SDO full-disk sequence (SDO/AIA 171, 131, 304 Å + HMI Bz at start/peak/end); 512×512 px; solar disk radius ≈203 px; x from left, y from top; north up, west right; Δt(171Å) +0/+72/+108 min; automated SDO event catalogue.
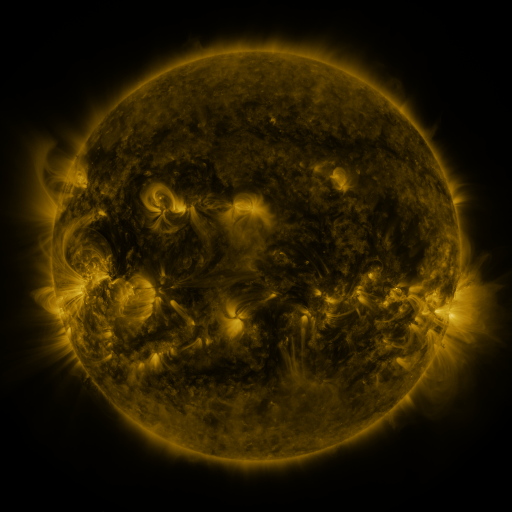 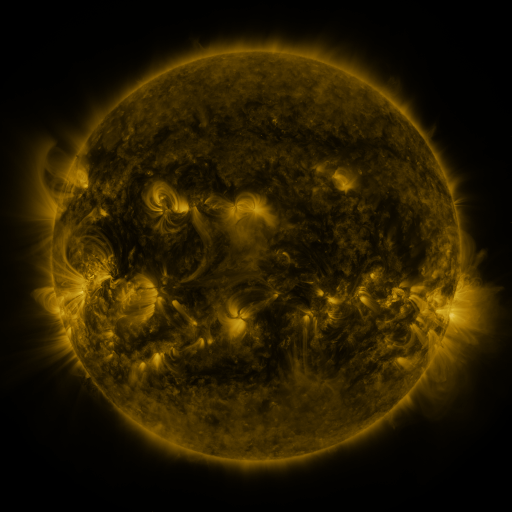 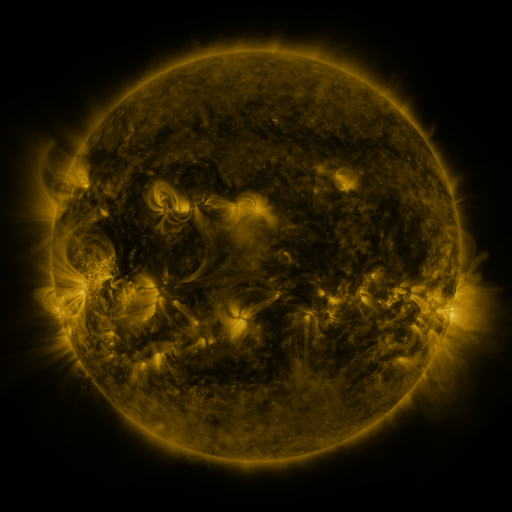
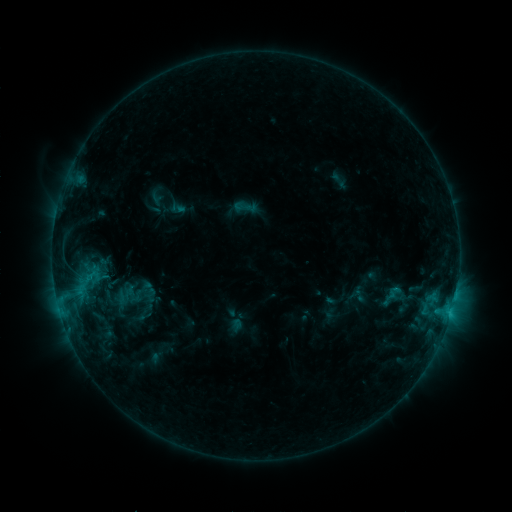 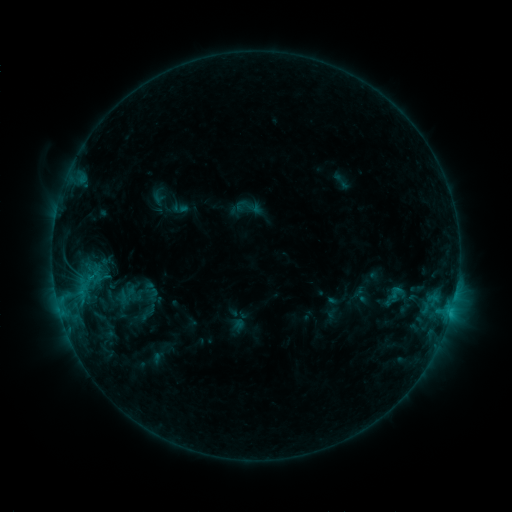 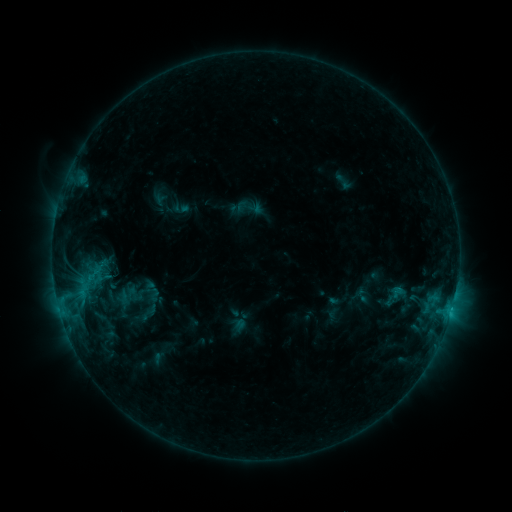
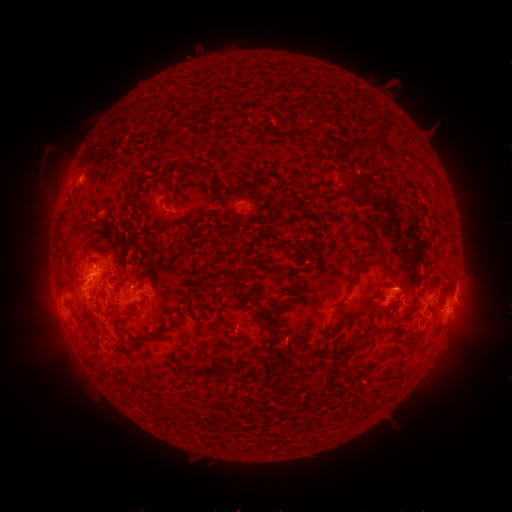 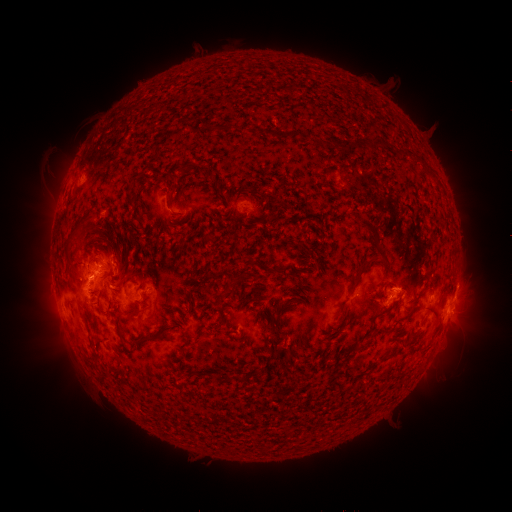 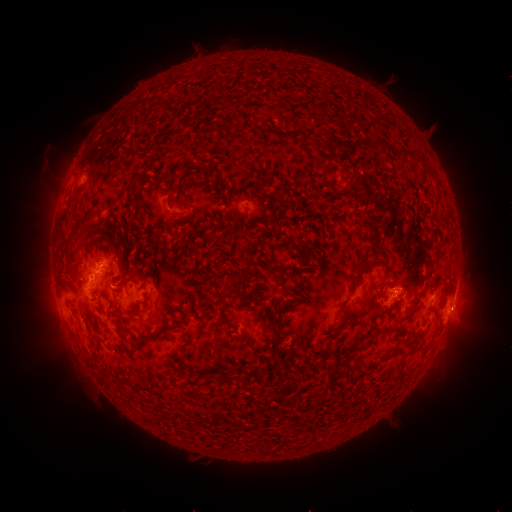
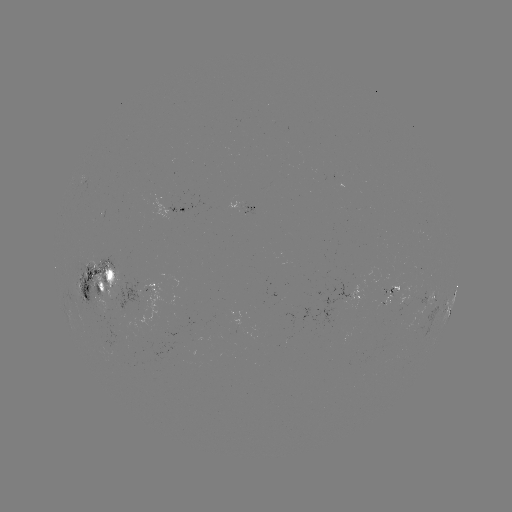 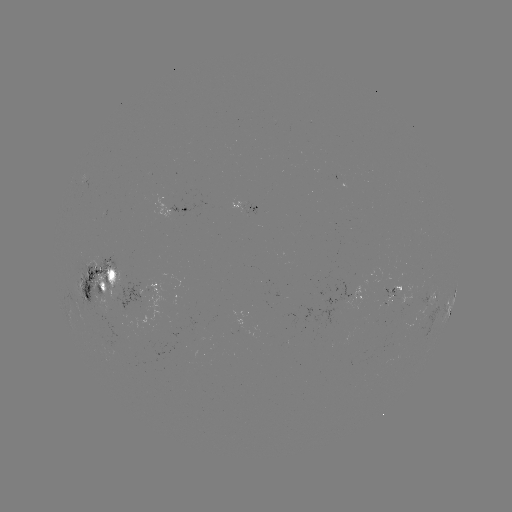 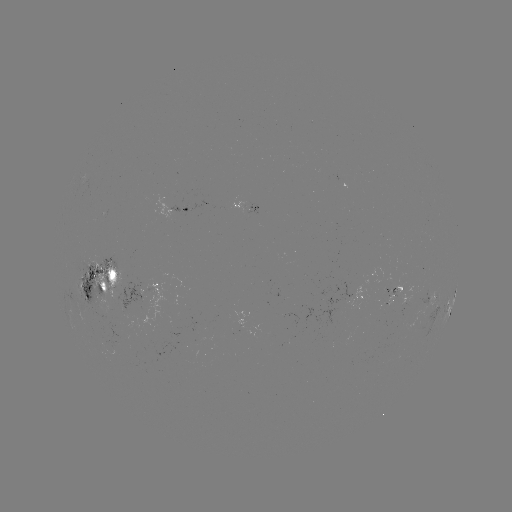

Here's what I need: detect emerging-flux region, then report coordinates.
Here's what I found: emerging-flux region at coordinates [93, 272].